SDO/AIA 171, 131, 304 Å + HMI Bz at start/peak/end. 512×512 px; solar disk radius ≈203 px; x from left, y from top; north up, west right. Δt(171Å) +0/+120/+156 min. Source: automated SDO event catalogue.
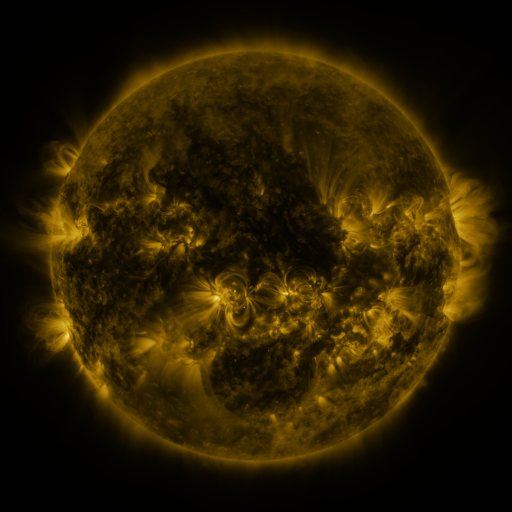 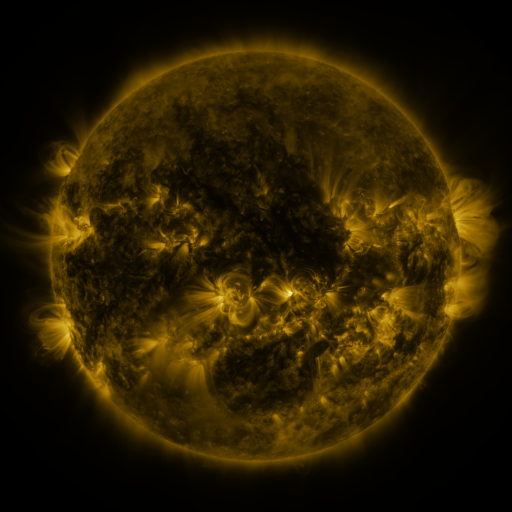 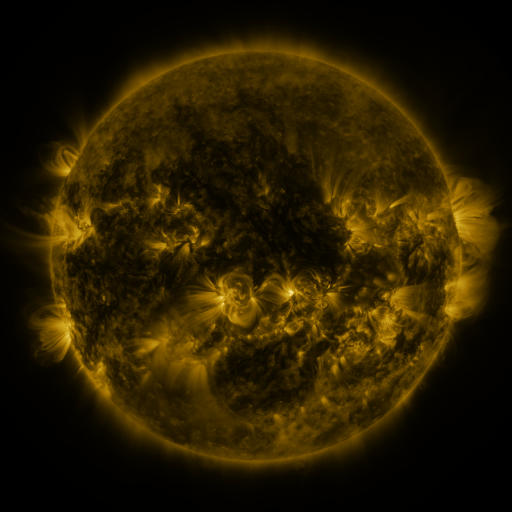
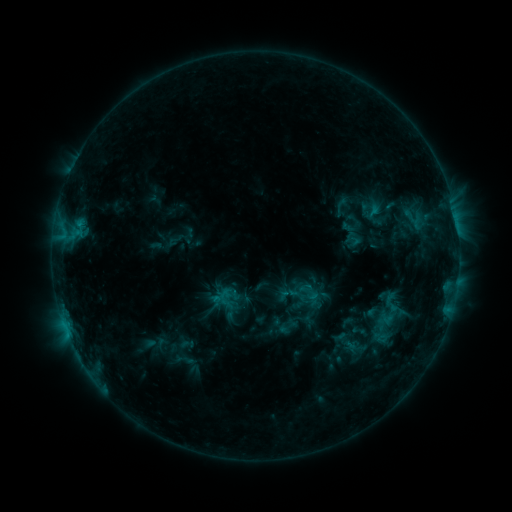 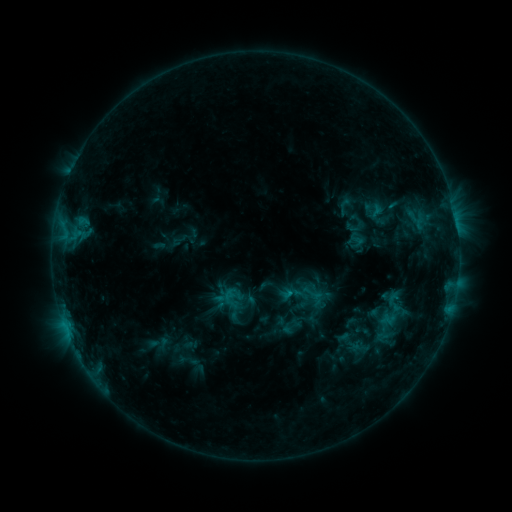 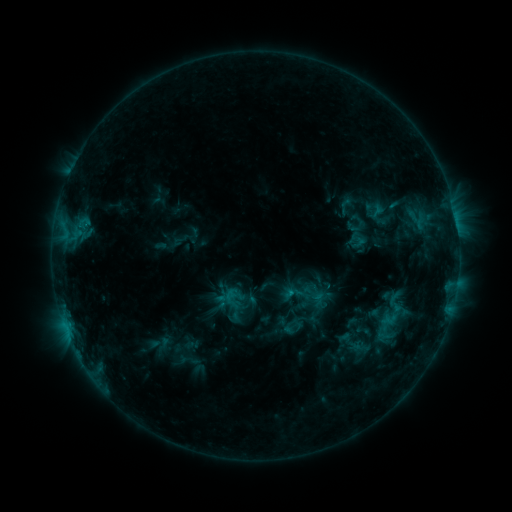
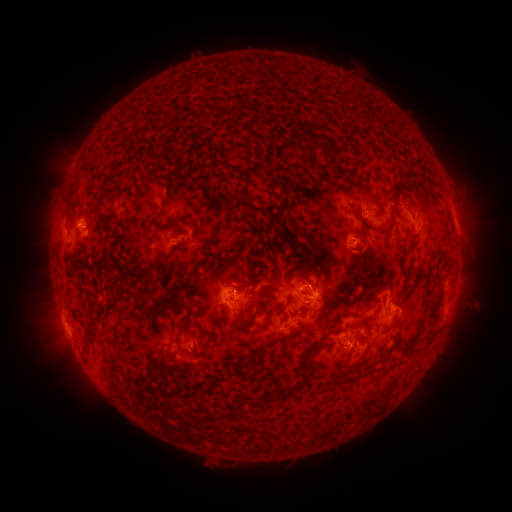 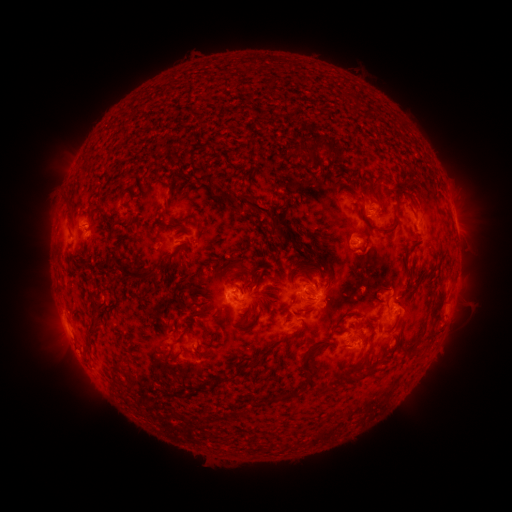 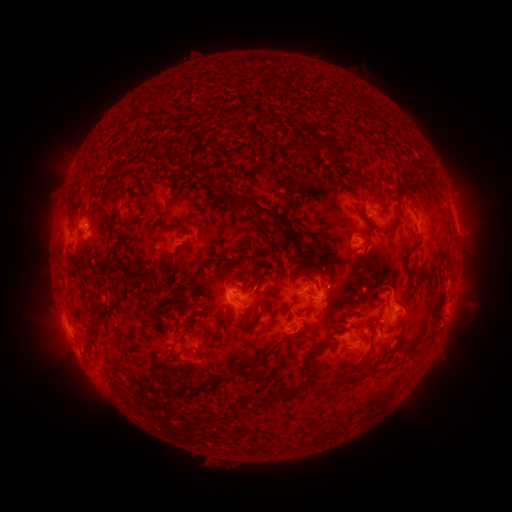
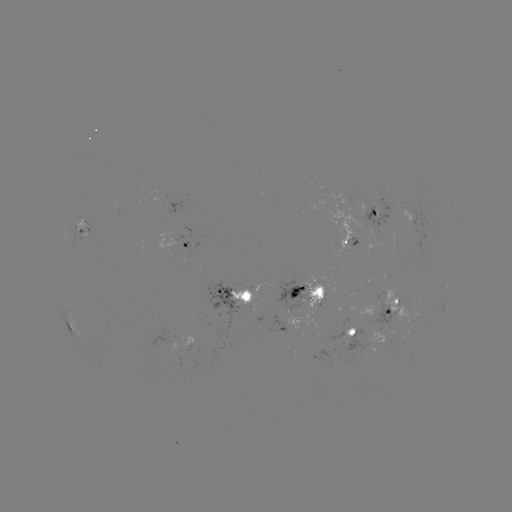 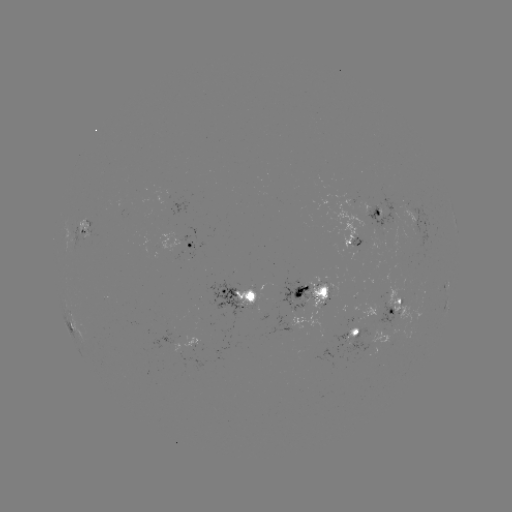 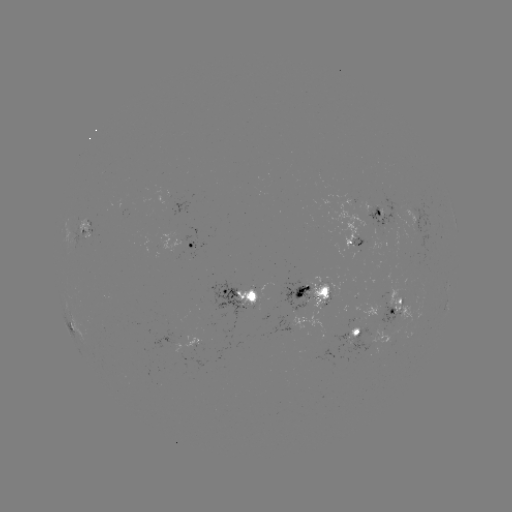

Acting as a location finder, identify emerging-flux region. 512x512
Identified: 301,287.